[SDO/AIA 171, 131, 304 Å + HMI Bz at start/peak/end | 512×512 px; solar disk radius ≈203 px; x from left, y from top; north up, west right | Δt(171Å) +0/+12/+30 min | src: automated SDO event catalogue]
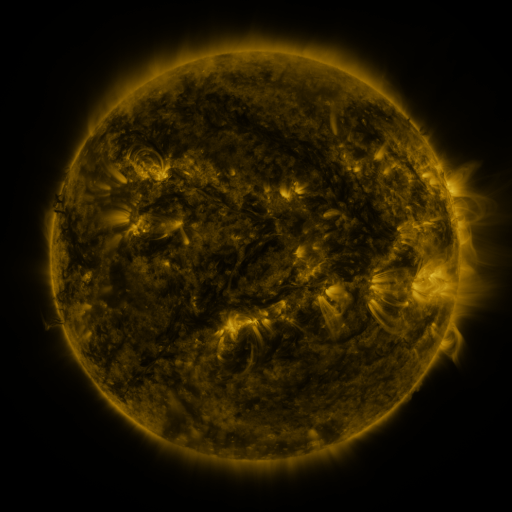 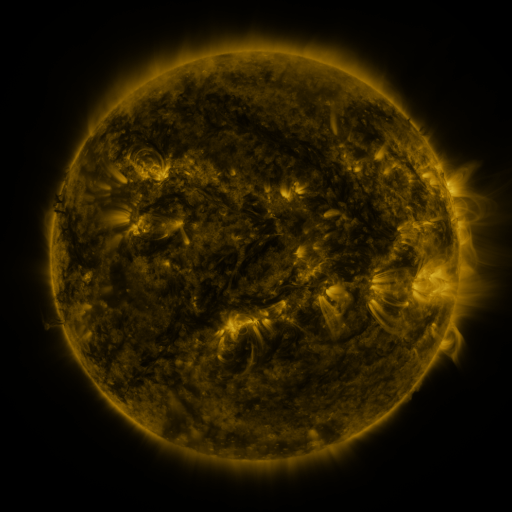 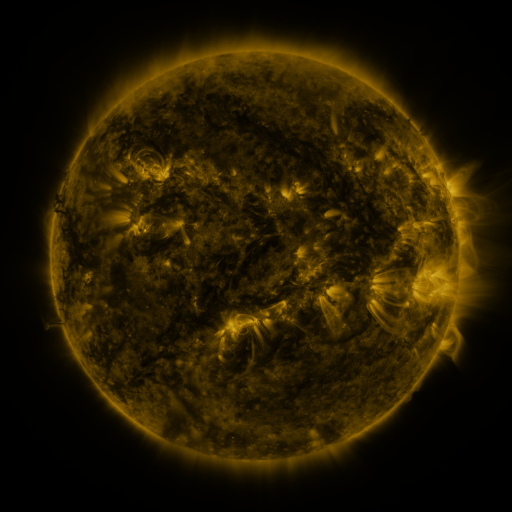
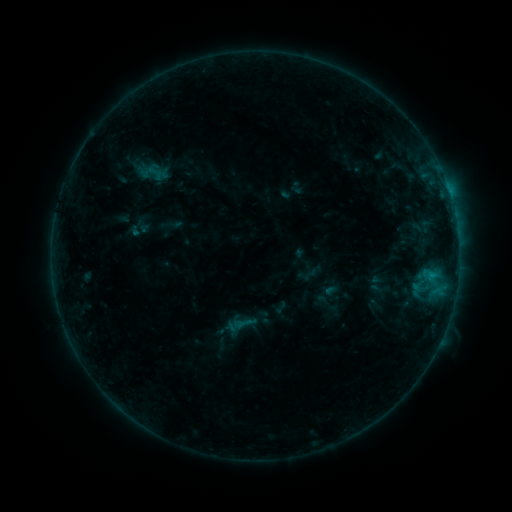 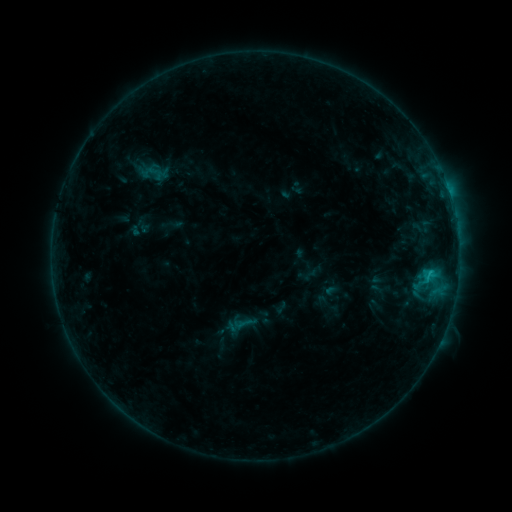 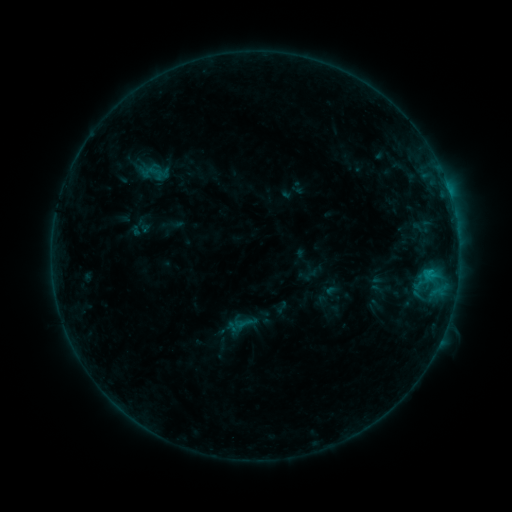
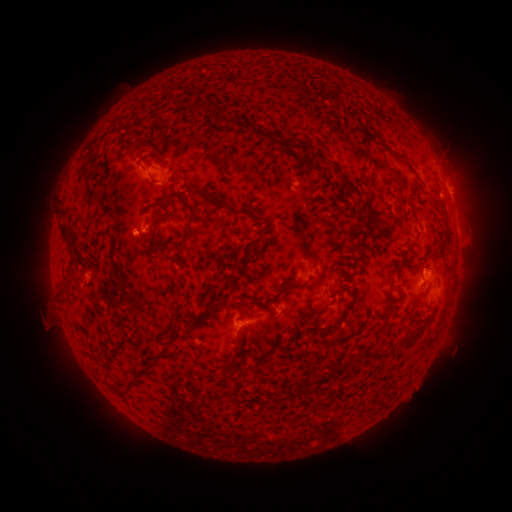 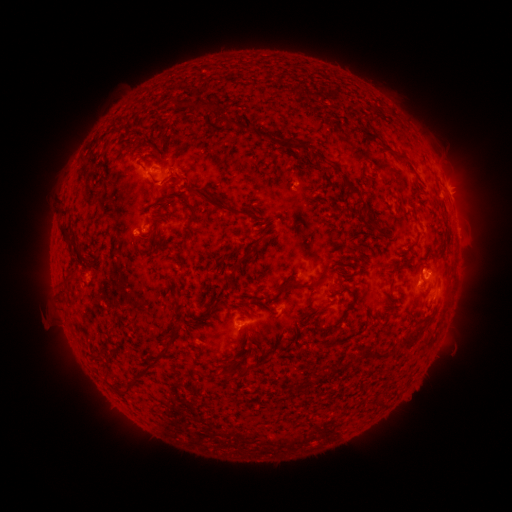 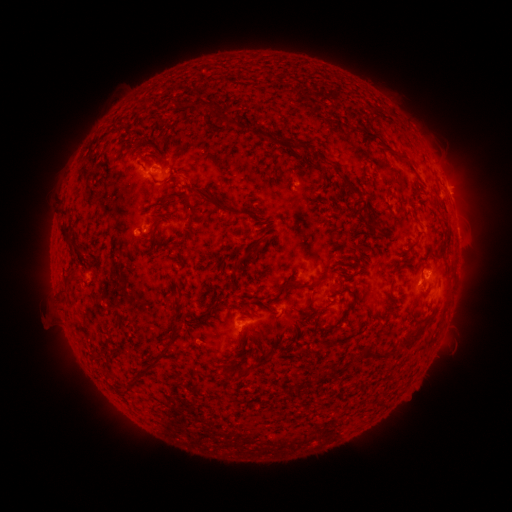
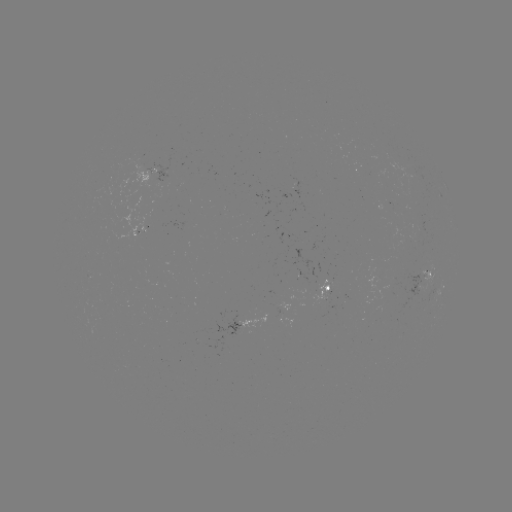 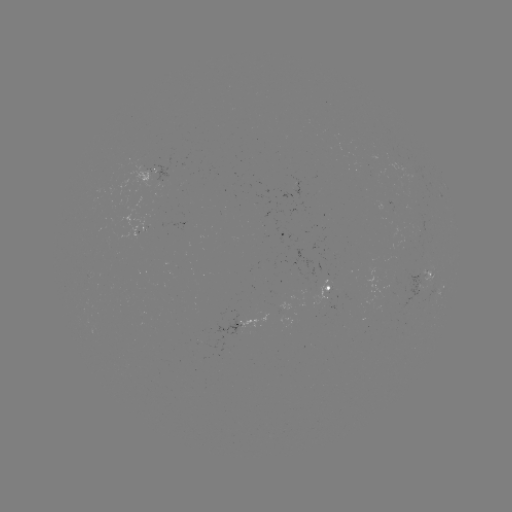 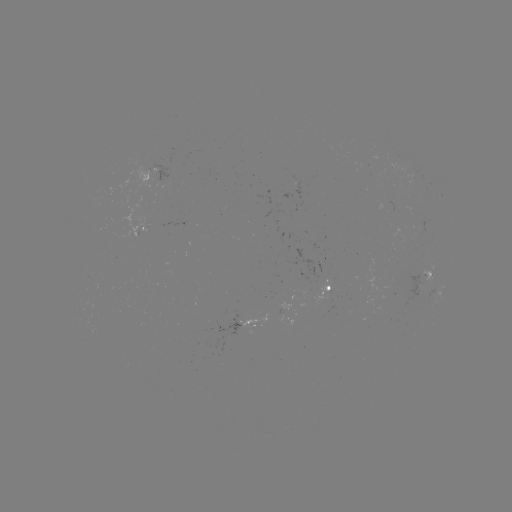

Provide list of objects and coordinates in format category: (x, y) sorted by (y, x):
B6.3 flare: (429, 270)
